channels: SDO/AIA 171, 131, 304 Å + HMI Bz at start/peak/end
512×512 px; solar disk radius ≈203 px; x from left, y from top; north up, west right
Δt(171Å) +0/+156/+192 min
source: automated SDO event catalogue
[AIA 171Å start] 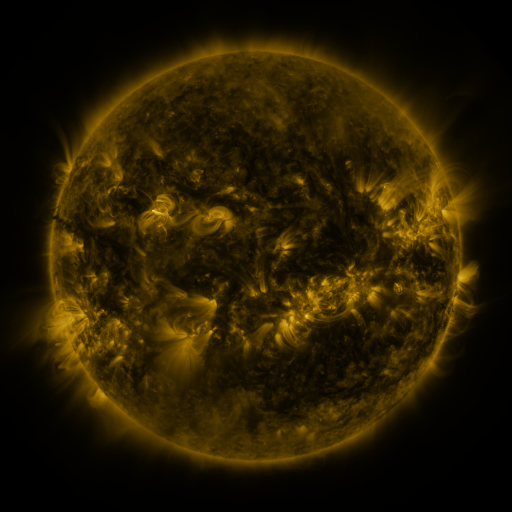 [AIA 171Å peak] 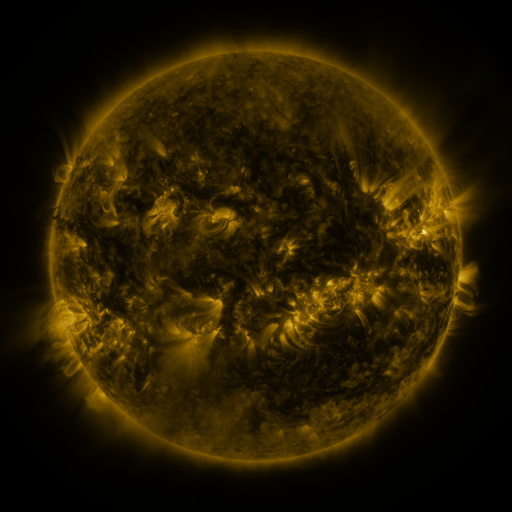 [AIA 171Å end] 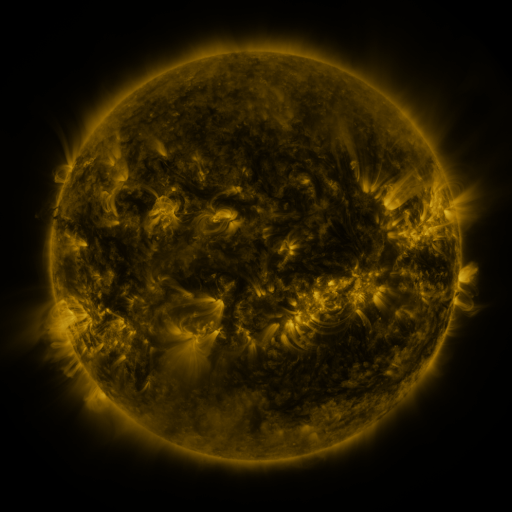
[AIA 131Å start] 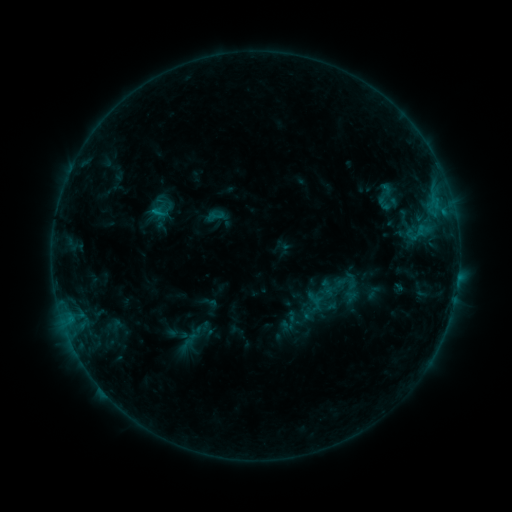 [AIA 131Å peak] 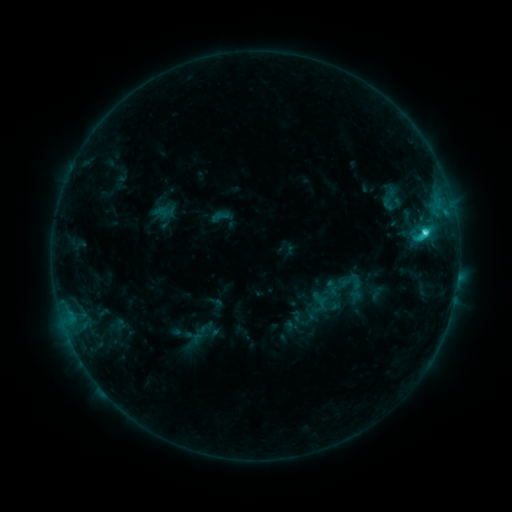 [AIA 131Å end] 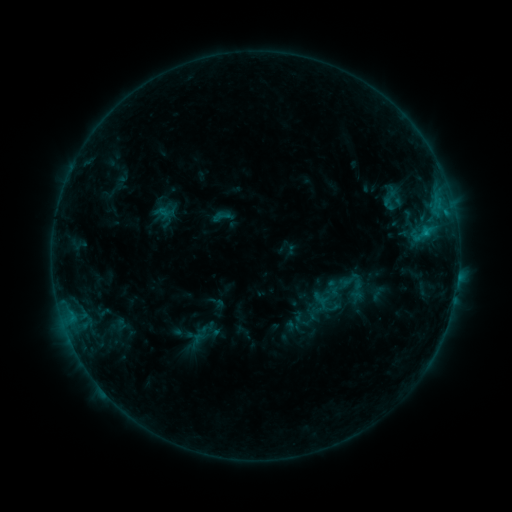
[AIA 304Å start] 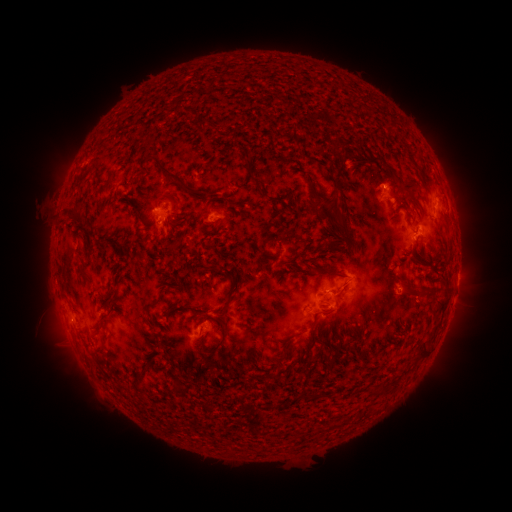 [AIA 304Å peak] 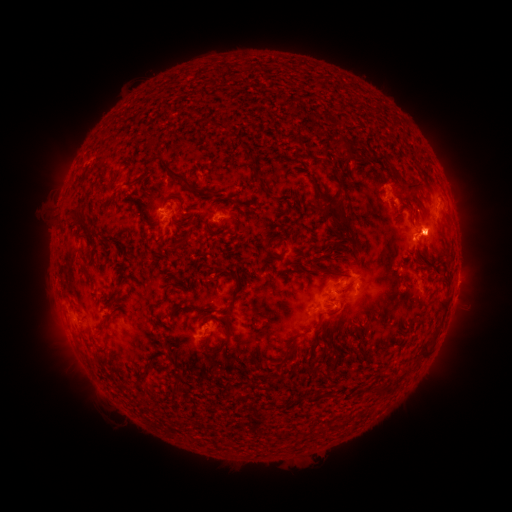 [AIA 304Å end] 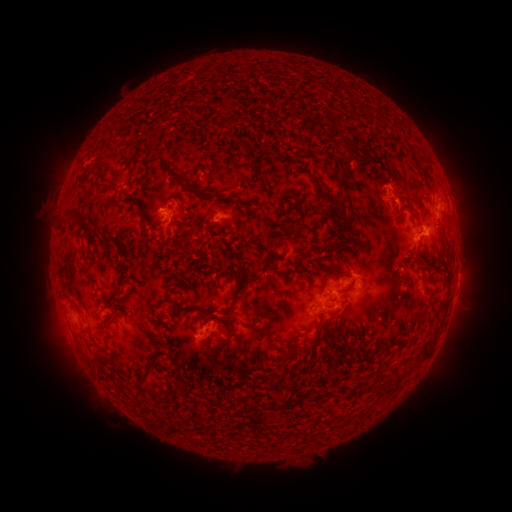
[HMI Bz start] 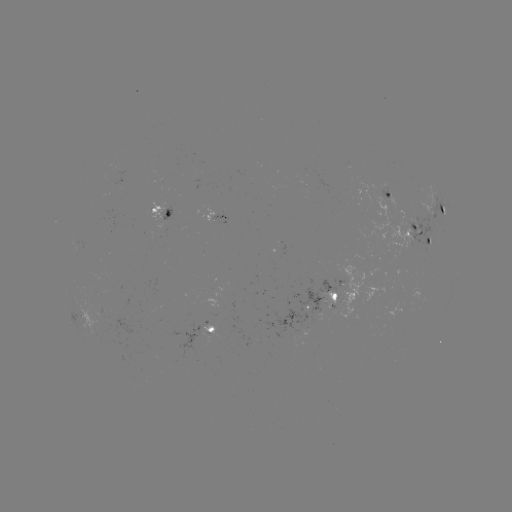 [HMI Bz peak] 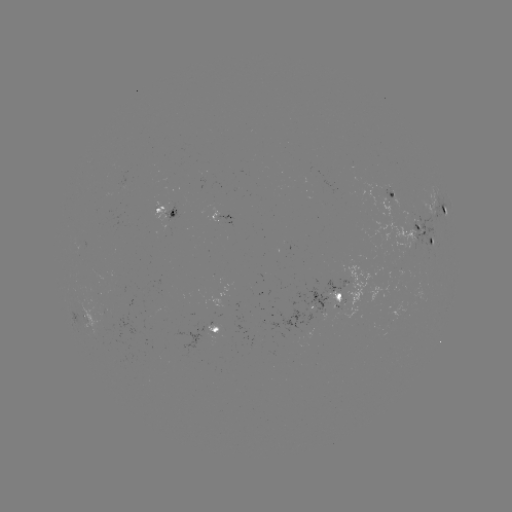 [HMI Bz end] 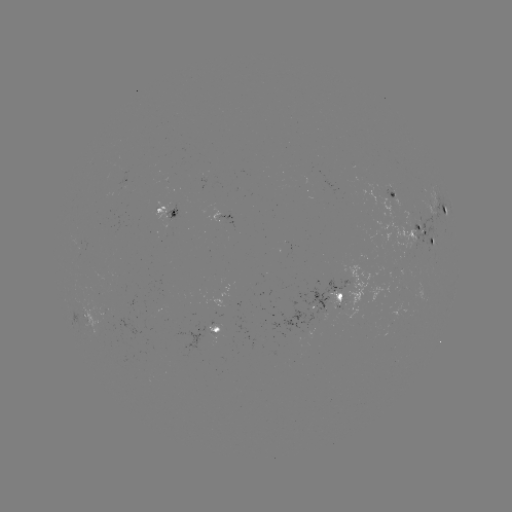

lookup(emerging-flux region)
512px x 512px (310, 308)